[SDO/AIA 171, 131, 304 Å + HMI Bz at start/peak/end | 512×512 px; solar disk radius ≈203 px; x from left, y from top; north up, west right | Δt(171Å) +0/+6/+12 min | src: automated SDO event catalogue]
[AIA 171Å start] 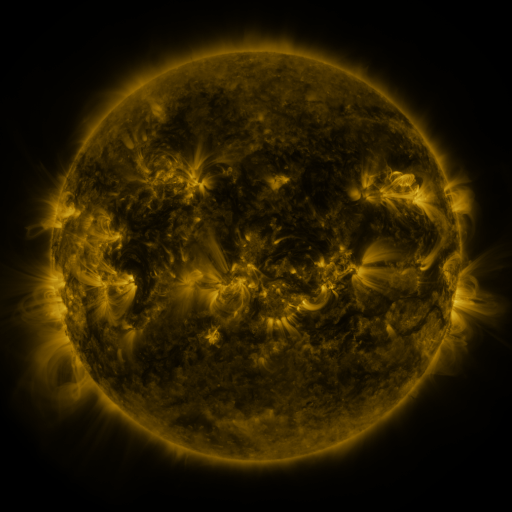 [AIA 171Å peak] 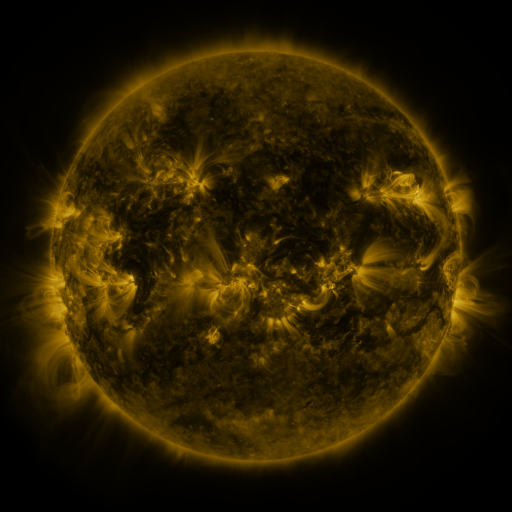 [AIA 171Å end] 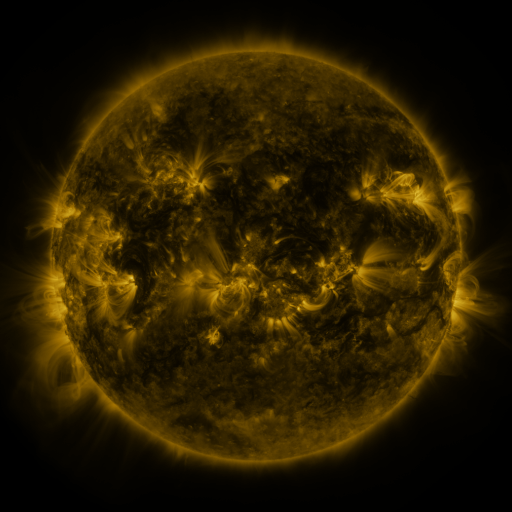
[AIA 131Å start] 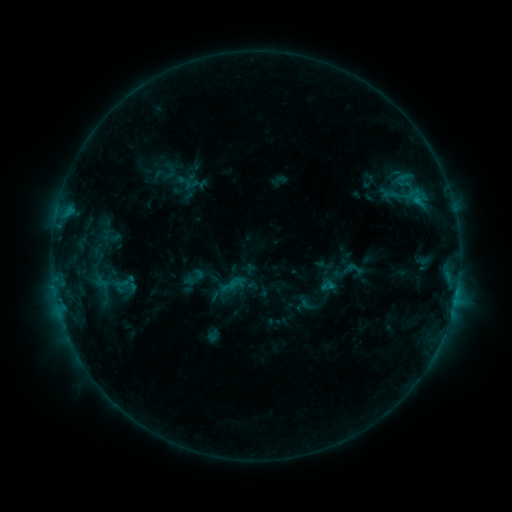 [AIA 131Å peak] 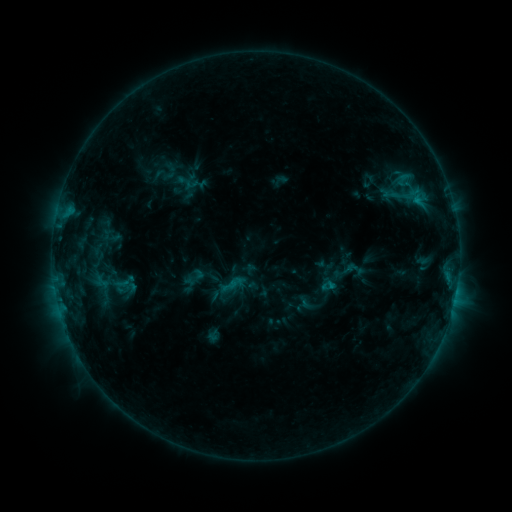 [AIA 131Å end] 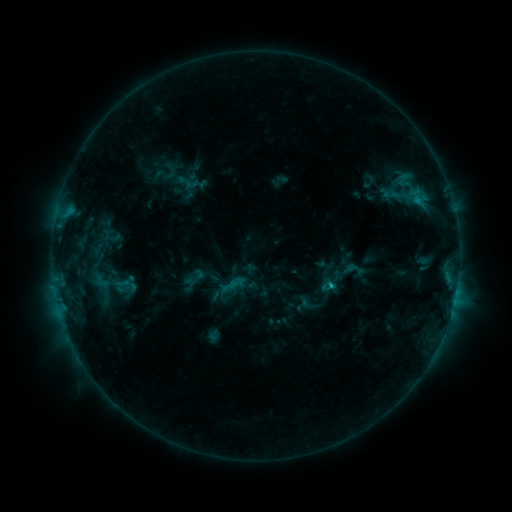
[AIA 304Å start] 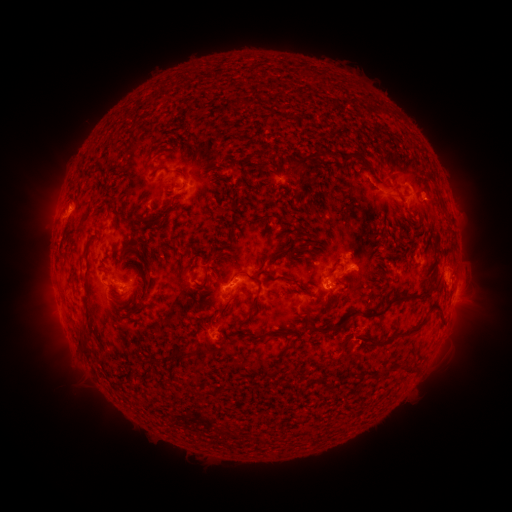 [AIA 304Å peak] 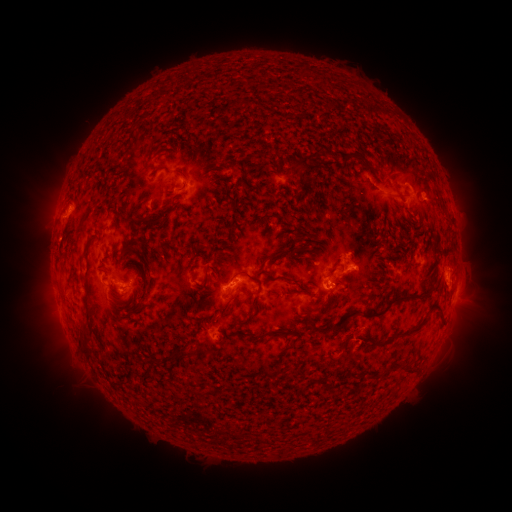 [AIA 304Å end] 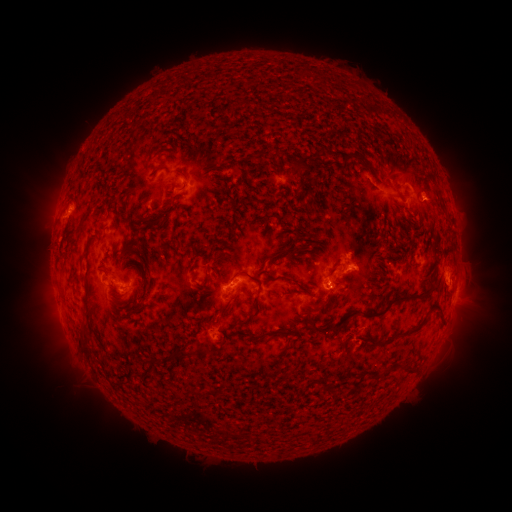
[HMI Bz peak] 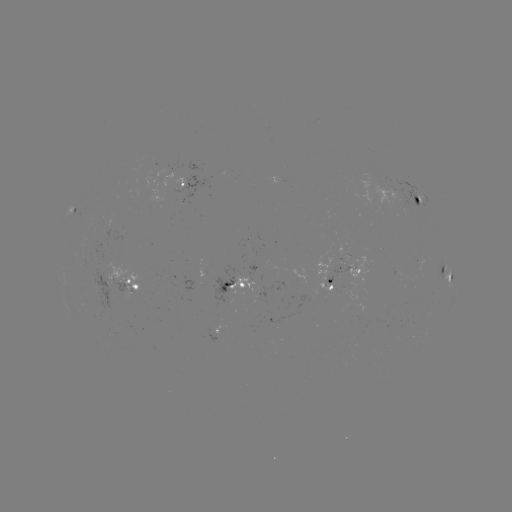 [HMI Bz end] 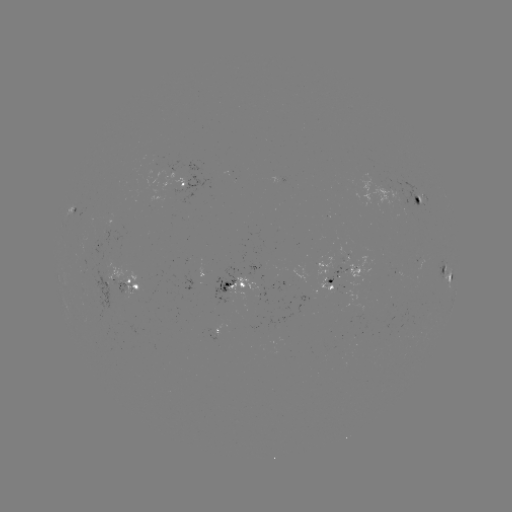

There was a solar flare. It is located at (330, 282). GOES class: C1.4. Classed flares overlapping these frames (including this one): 1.